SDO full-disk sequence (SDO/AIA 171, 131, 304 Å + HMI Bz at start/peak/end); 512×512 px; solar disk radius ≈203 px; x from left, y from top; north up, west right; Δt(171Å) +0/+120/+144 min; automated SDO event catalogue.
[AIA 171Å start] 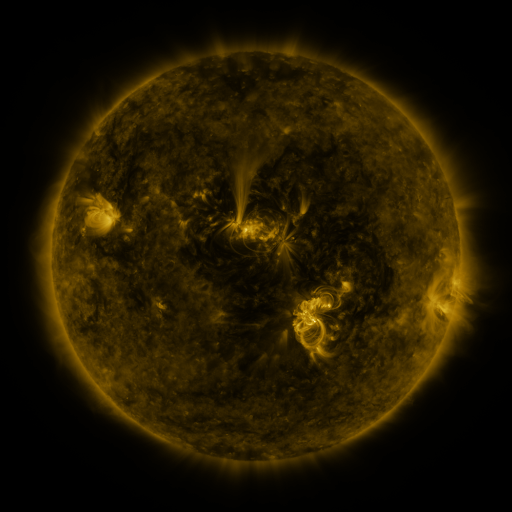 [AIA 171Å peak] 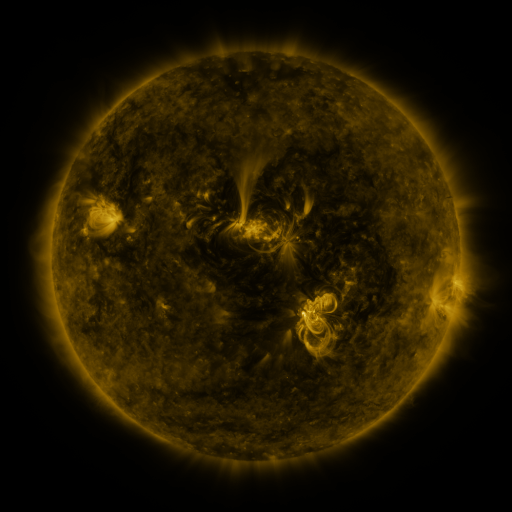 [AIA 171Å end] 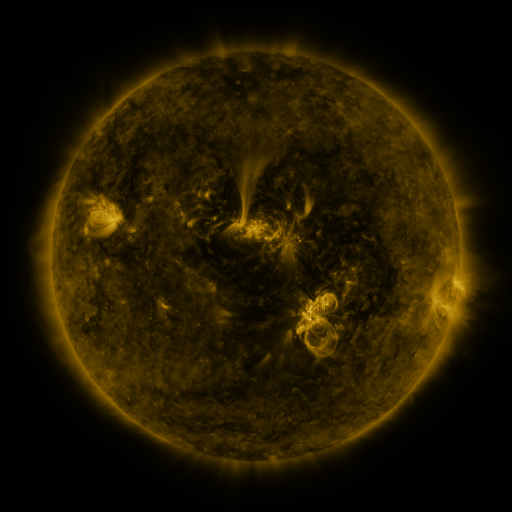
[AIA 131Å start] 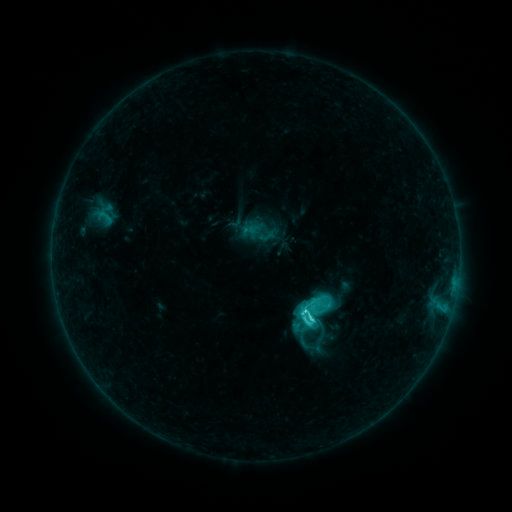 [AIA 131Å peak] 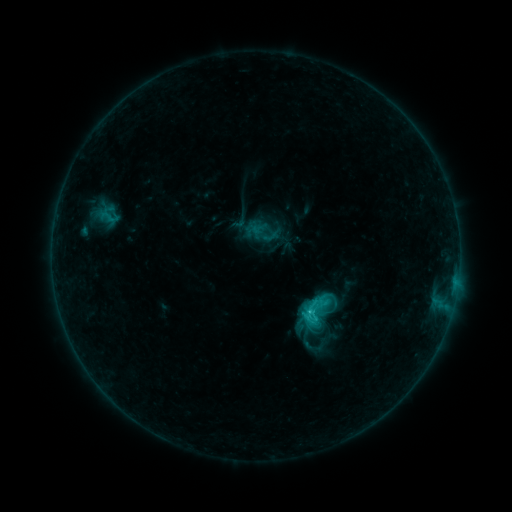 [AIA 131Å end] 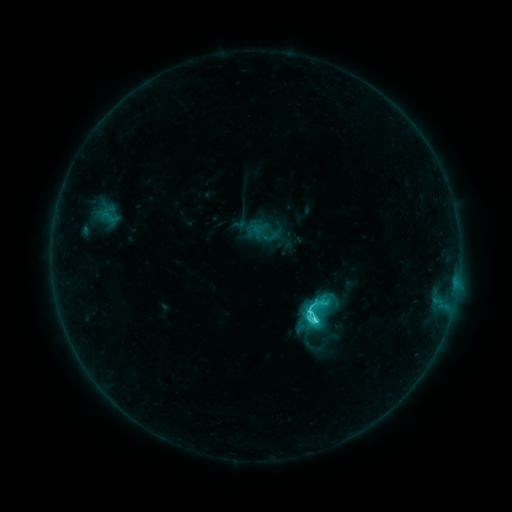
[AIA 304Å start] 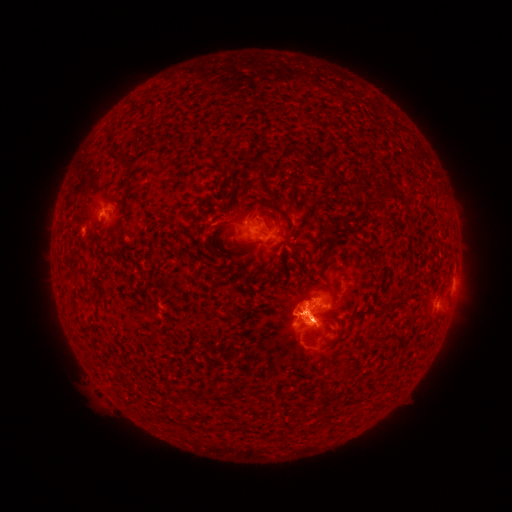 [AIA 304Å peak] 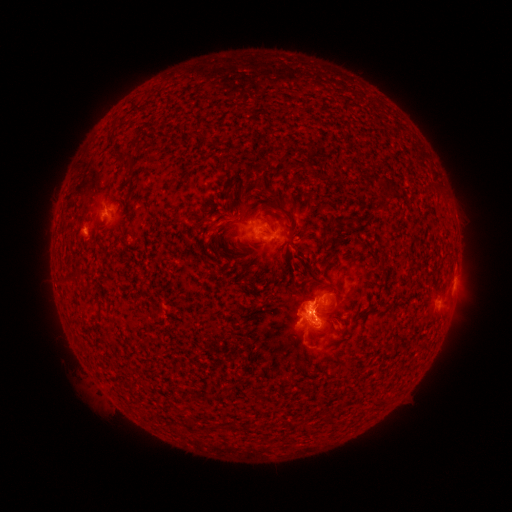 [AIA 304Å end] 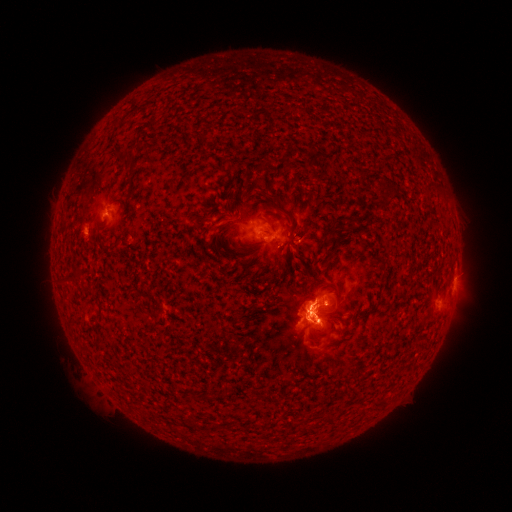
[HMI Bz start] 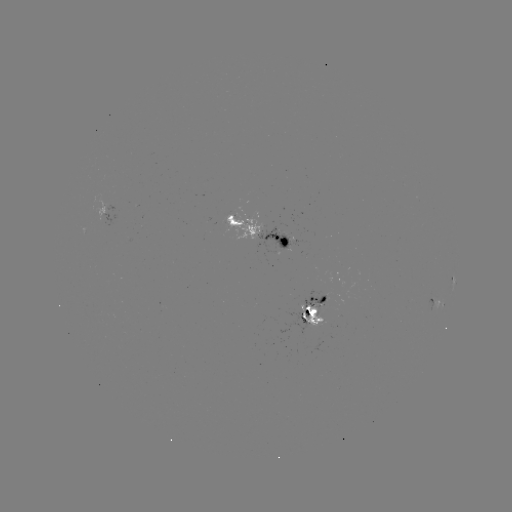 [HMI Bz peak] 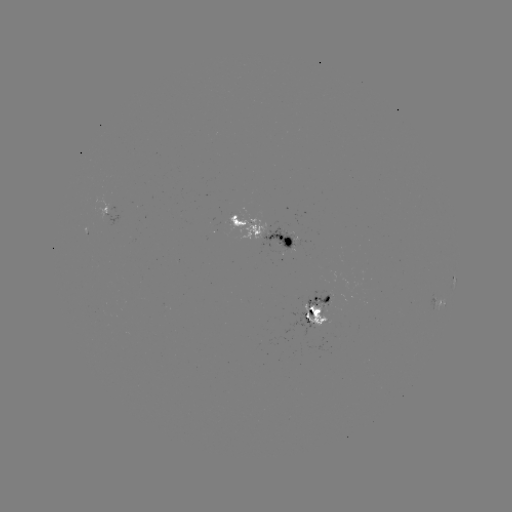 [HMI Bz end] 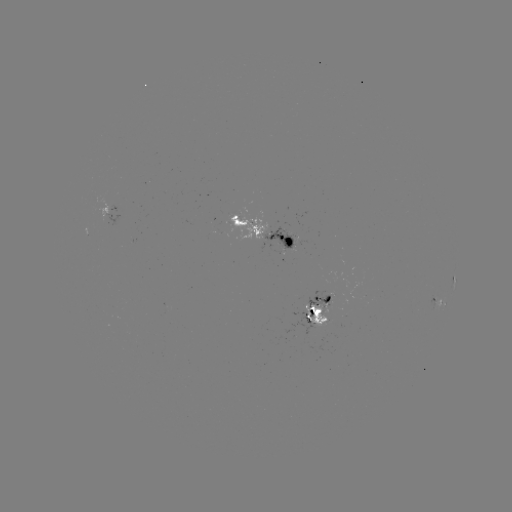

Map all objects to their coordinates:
emerging-flux region: (325, 299)
